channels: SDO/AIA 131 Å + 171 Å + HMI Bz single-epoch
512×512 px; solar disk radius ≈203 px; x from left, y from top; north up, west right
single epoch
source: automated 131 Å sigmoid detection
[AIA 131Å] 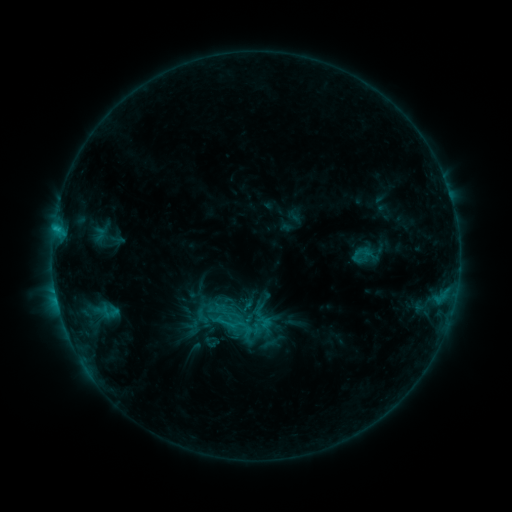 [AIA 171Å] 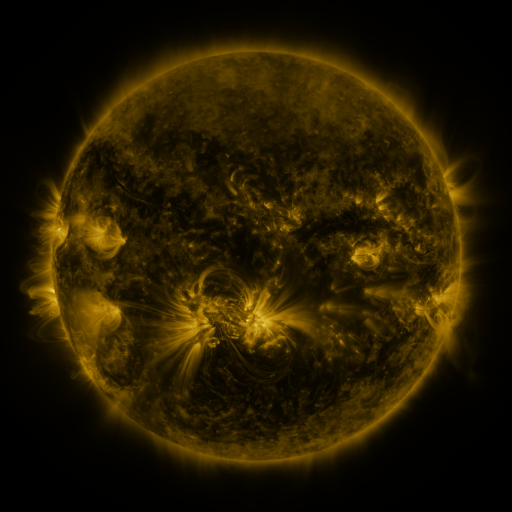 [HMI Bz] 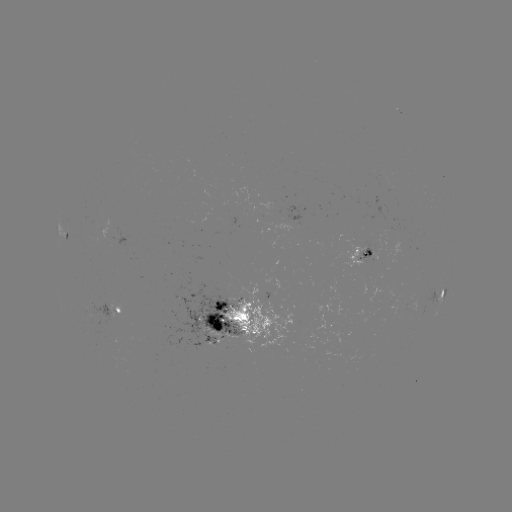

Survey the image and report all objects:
sigmoid: (361, 253)
sigmoid: (234, 329)
